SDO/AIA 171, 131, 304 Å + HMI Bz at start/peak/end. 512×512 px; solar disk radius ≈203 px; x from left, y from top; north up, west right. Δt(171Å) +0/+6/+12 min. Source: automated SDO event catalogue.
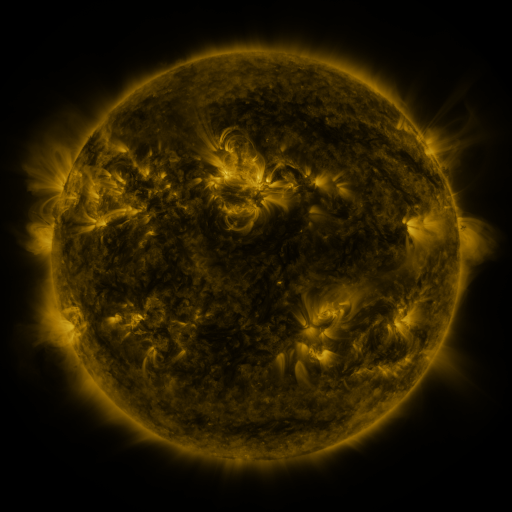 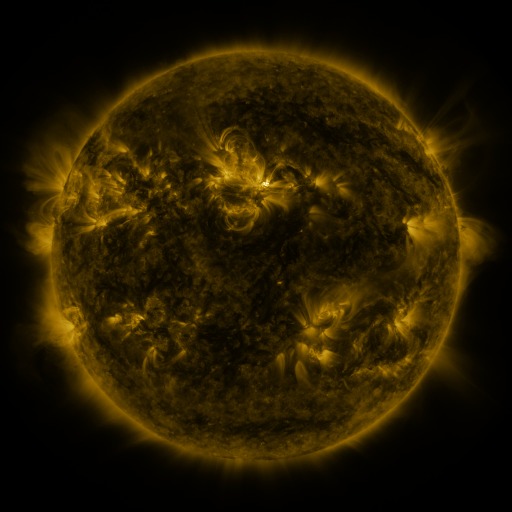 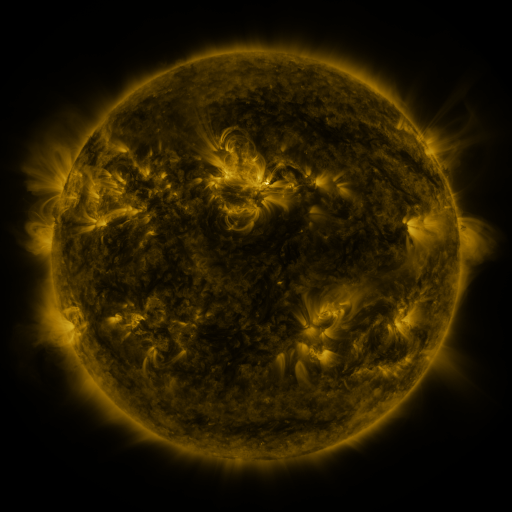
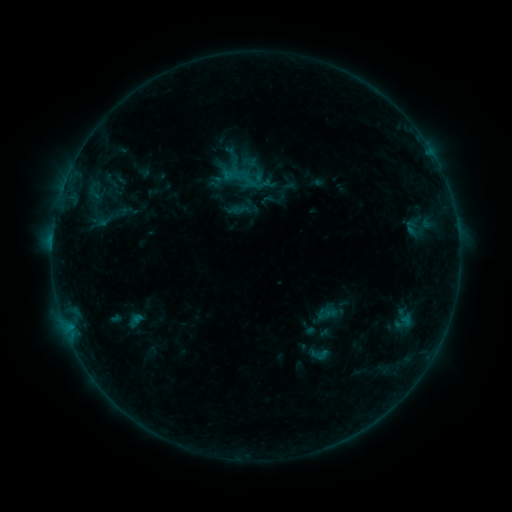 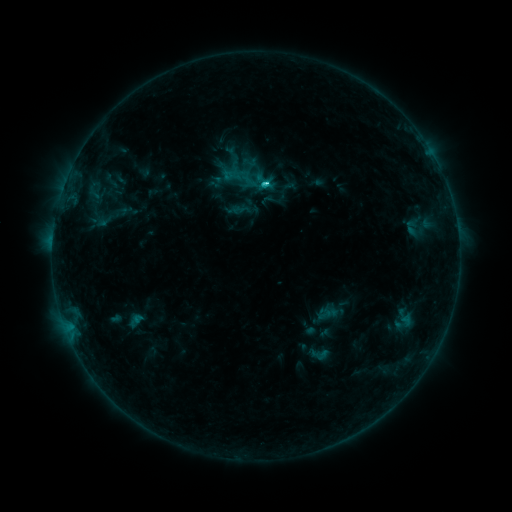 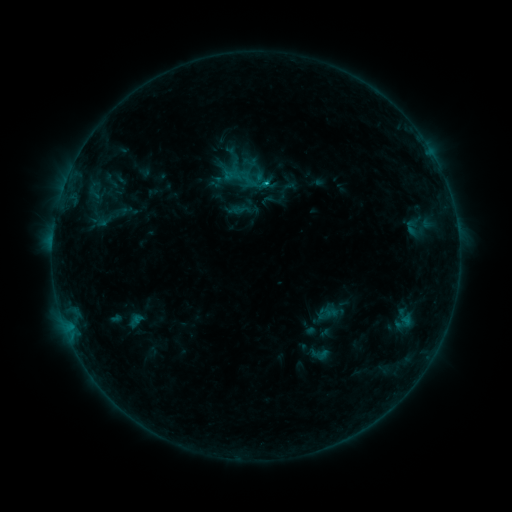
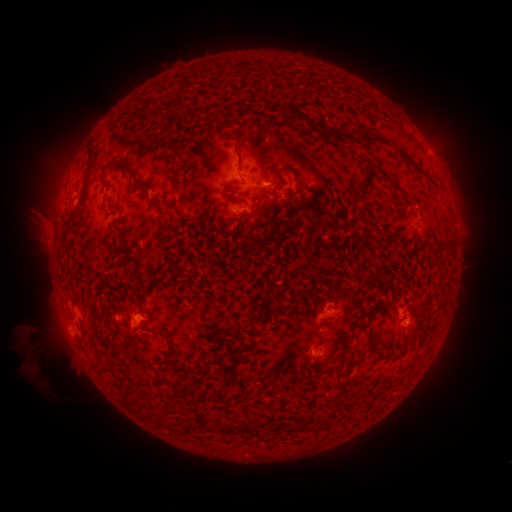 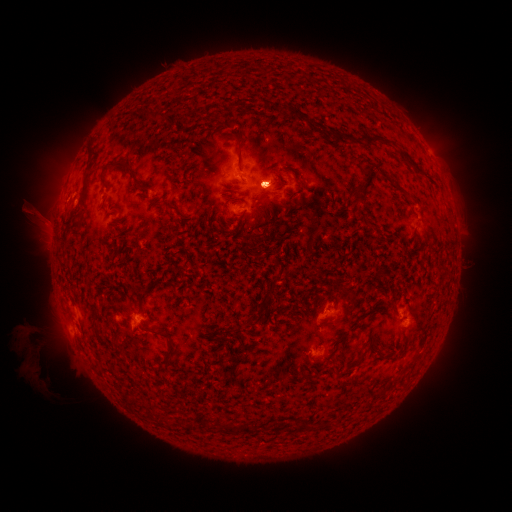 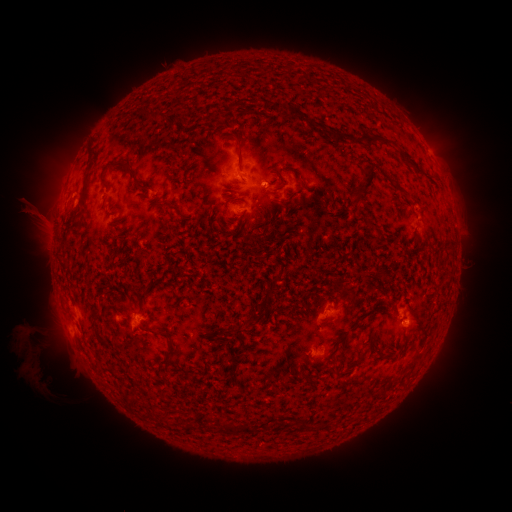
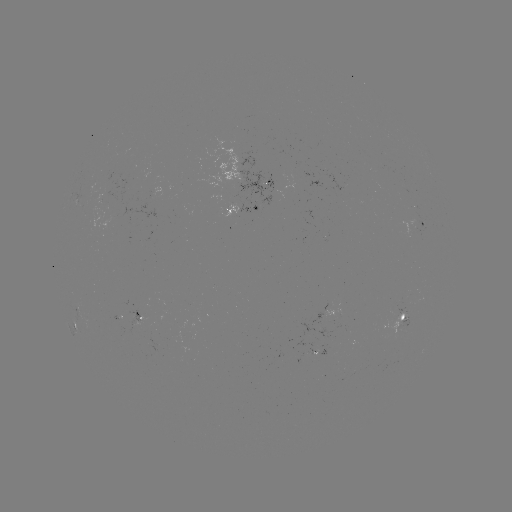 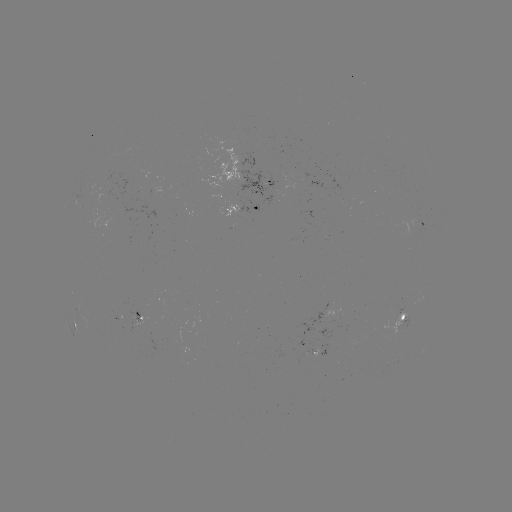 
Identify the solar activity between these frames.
eruption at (64, 169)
